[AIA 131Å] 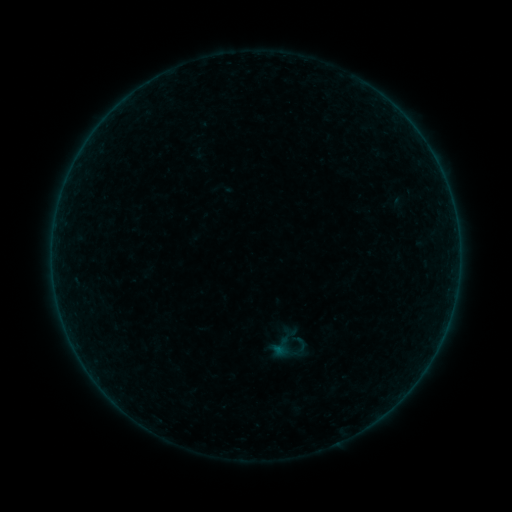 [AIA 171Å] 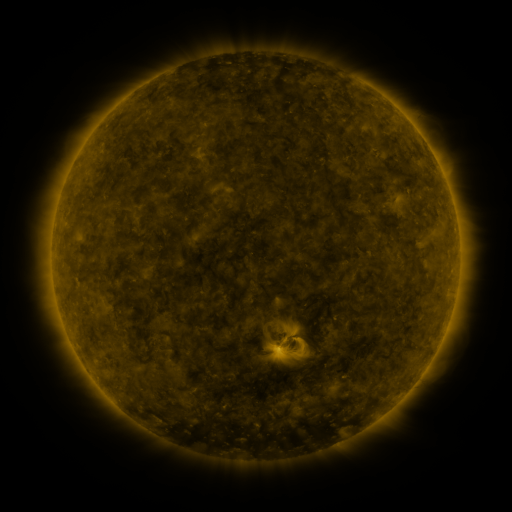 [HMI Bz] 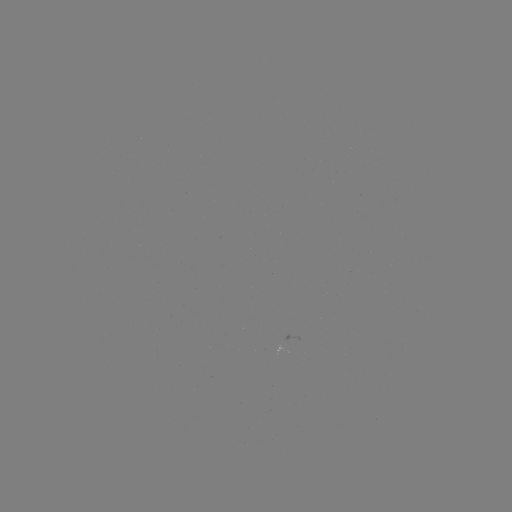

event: sigmoid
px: (288, 344)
